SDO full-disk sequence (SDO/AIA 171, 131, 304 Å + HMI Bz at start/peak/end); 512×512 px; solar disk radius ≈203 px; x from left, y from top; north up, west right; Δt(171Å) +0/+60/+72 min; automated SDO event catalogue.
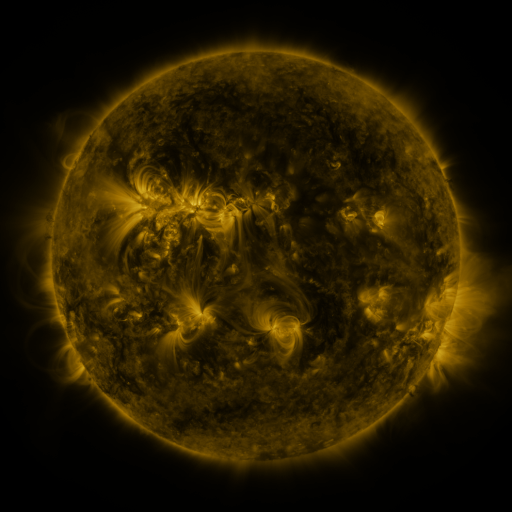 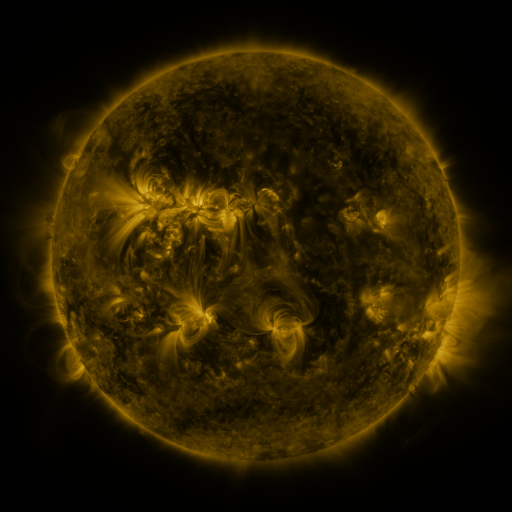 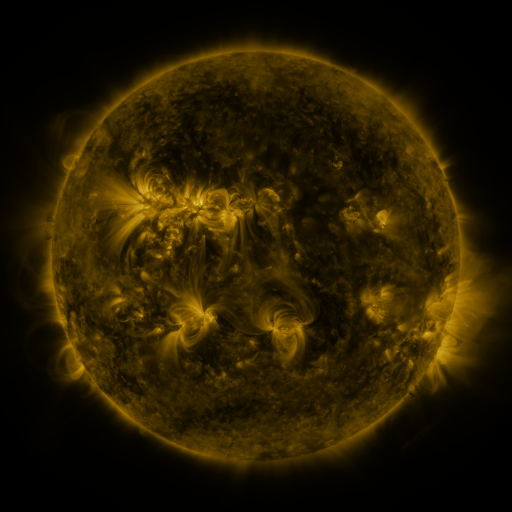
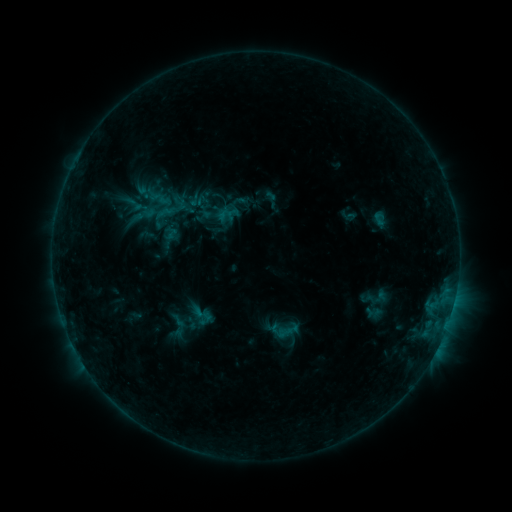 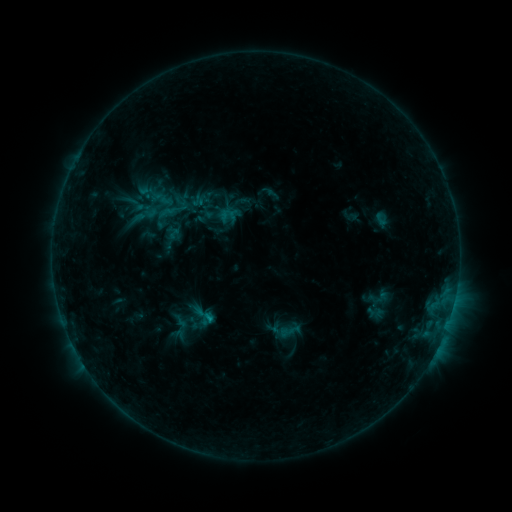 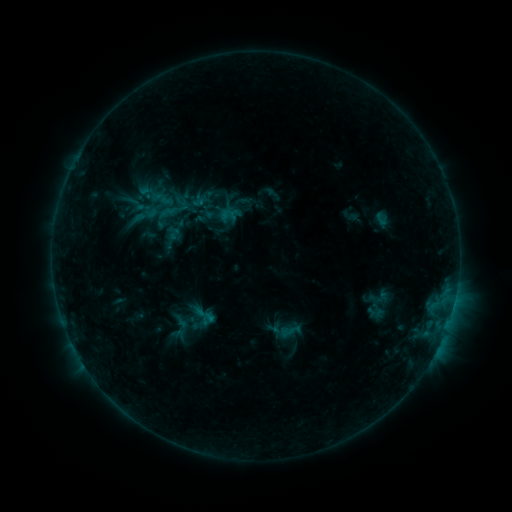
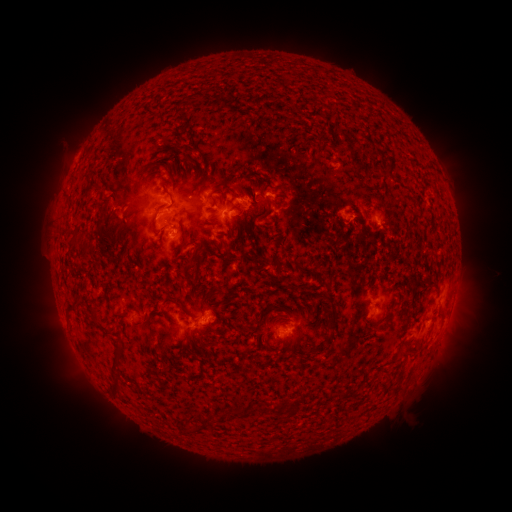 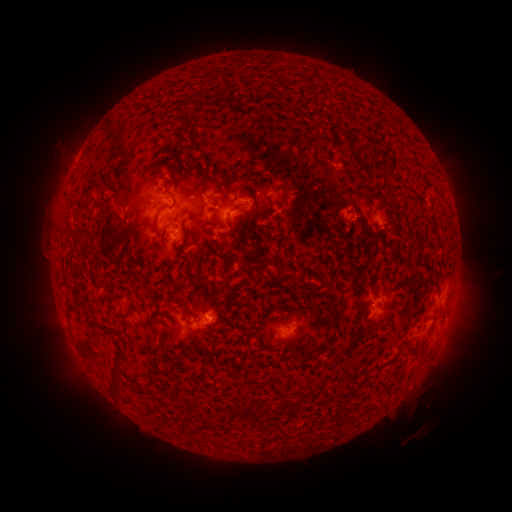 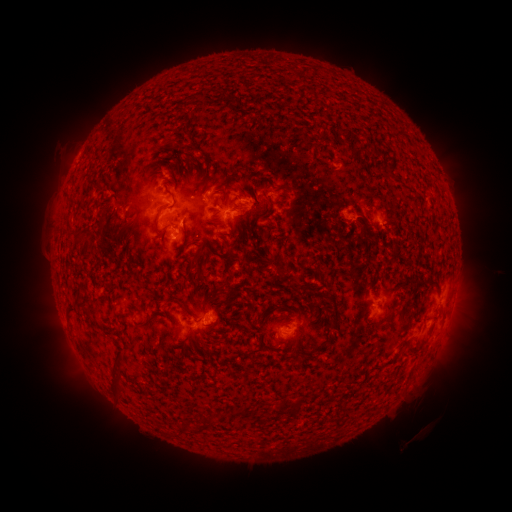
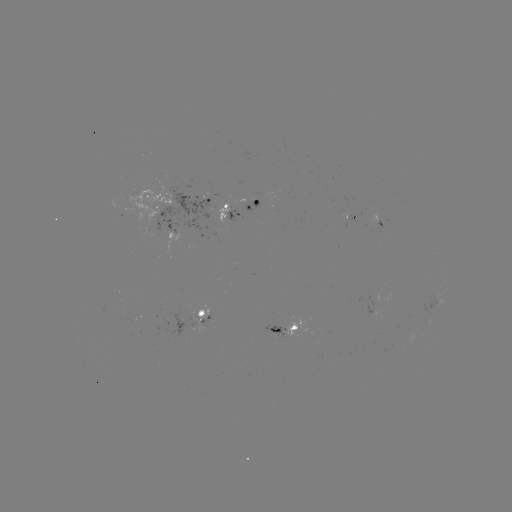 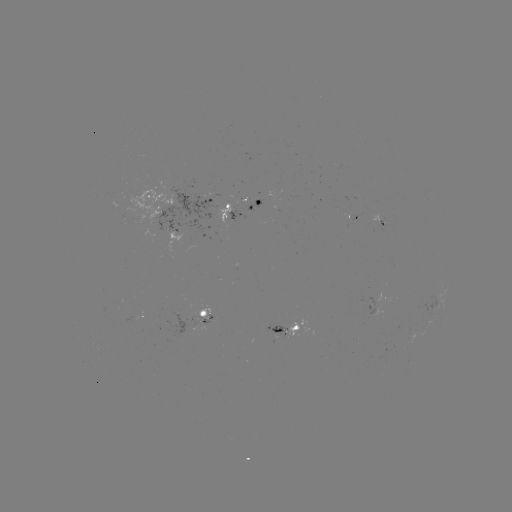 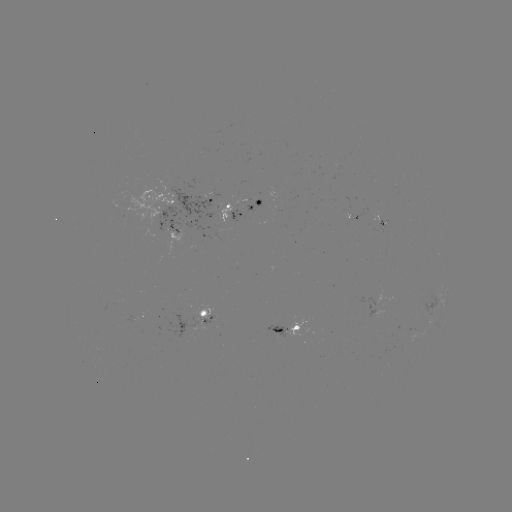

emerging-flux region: <bbox>203, 194, 217, 198</bbox>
